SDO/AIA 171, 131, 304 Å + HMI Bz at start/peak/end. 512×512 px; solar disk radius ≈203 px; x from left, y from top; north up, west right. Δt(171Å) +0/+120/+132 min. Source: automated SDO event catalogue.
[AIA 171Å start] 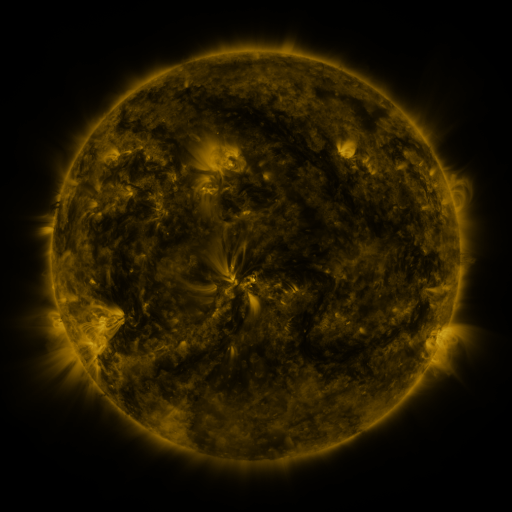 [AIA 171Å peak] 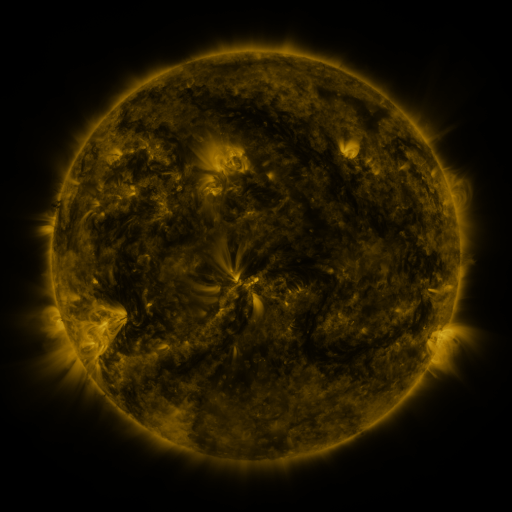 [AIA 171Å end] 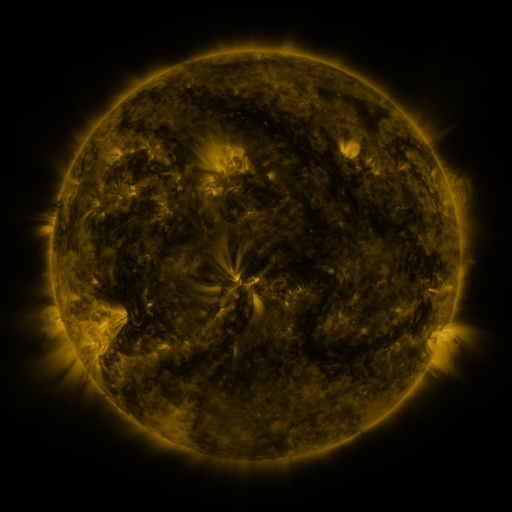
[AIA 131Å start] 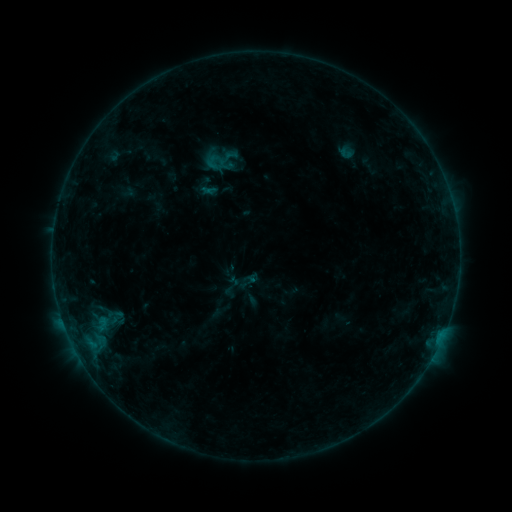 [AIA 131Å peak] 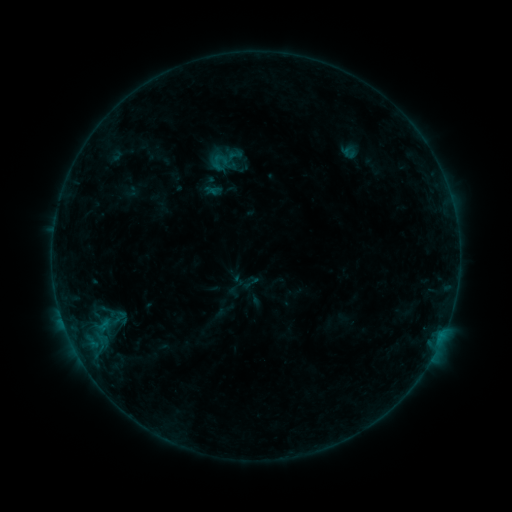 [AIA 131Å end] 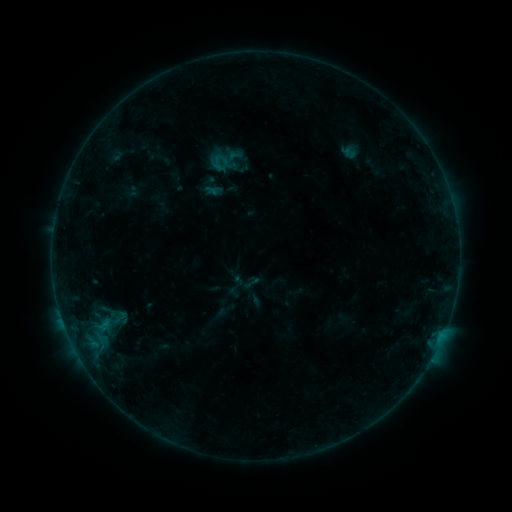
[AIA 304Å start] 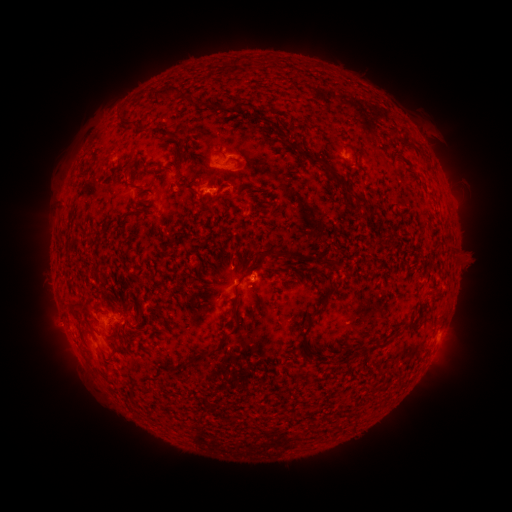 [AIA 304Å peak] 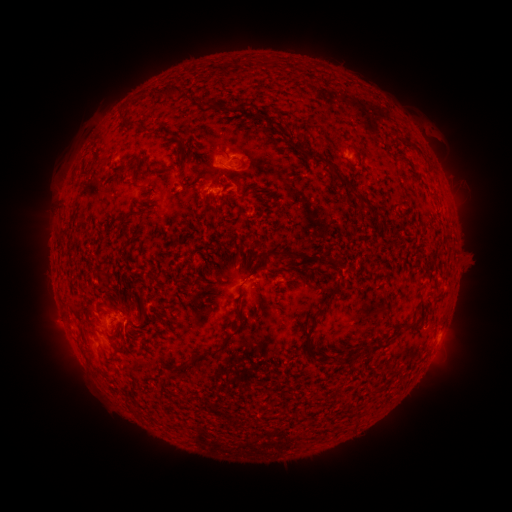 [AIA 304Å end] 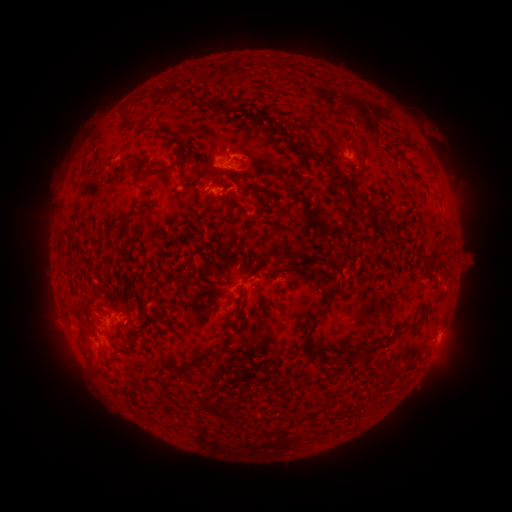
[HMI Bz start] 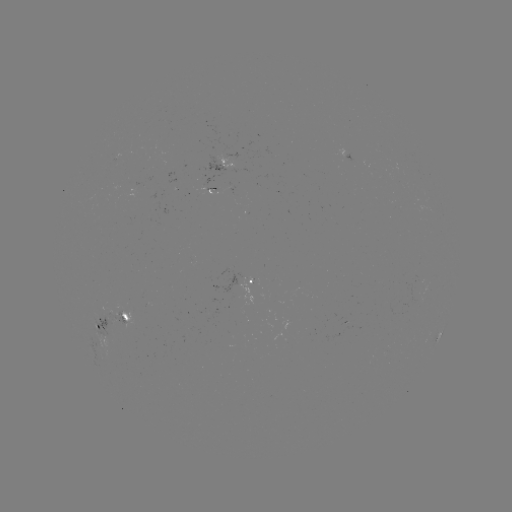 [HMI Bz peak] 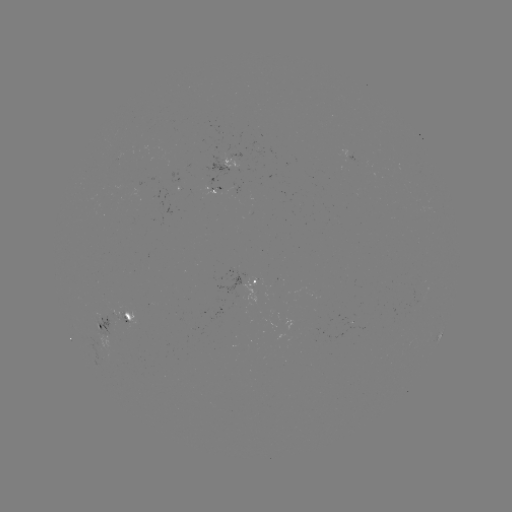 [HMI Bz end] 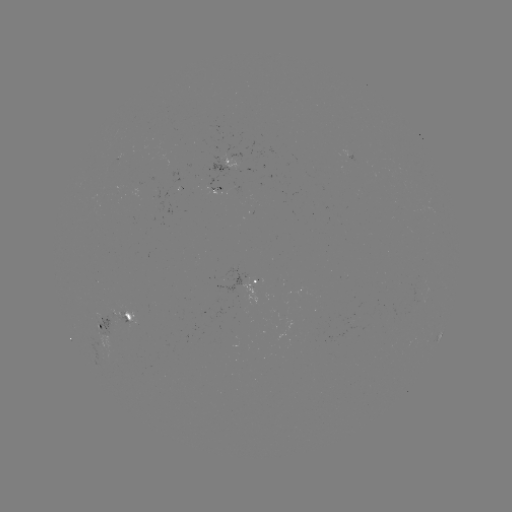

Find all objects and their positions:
emerging-flux region: (238, 158)
